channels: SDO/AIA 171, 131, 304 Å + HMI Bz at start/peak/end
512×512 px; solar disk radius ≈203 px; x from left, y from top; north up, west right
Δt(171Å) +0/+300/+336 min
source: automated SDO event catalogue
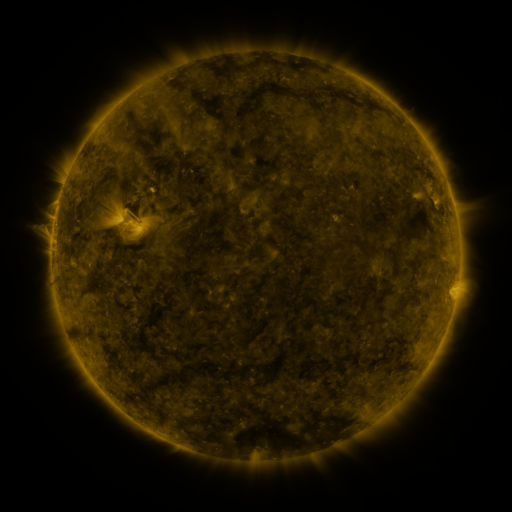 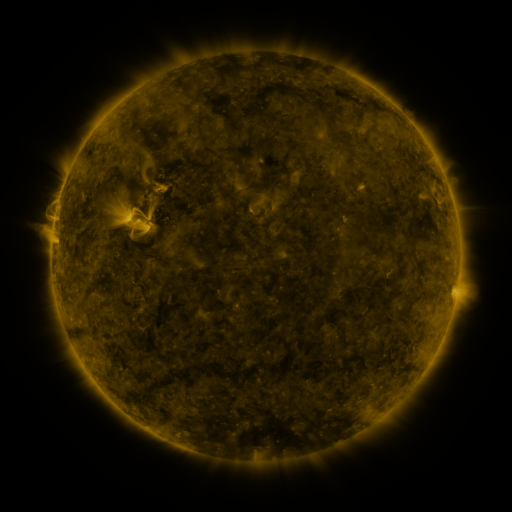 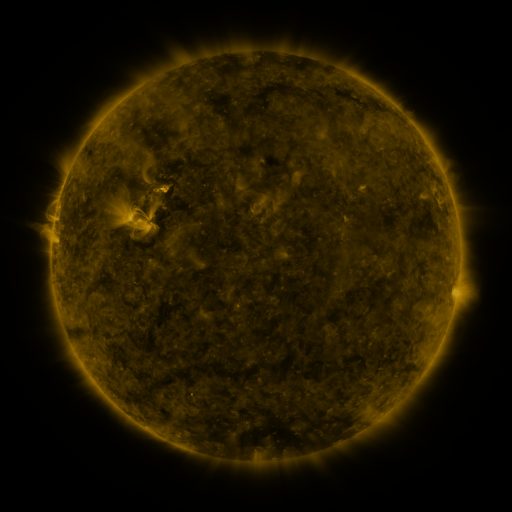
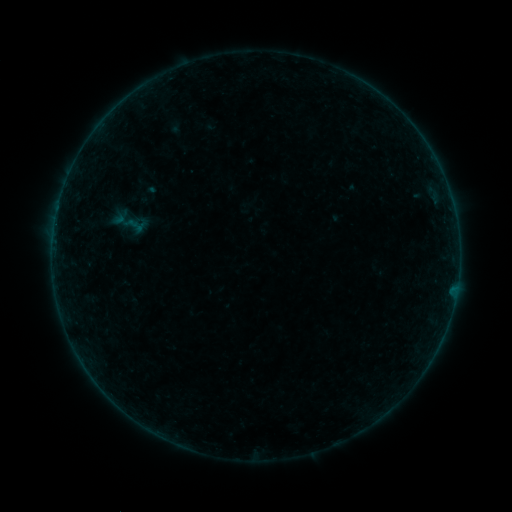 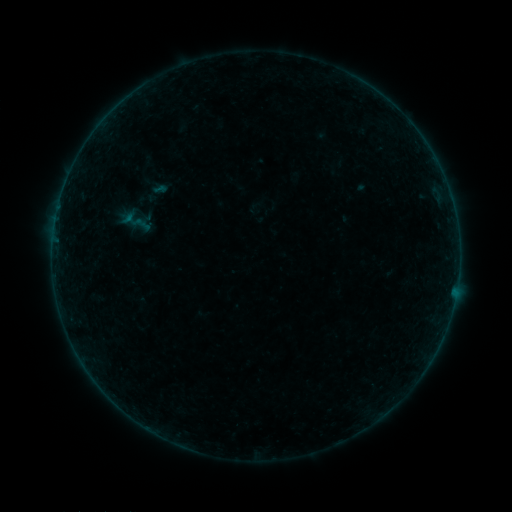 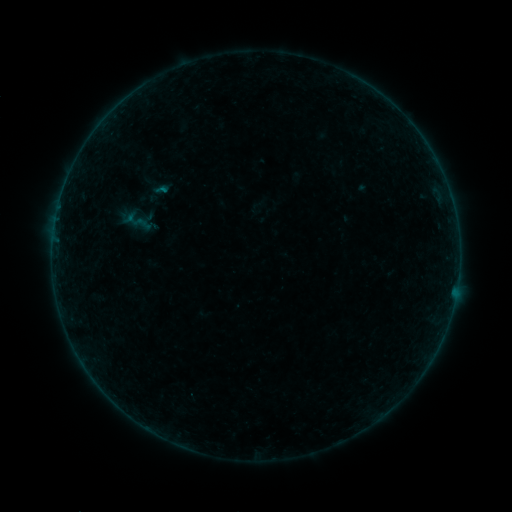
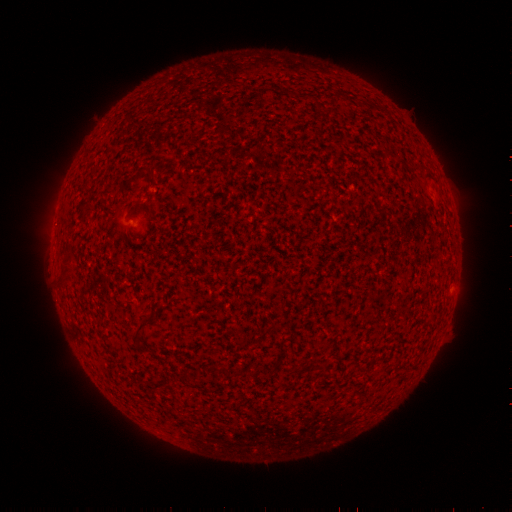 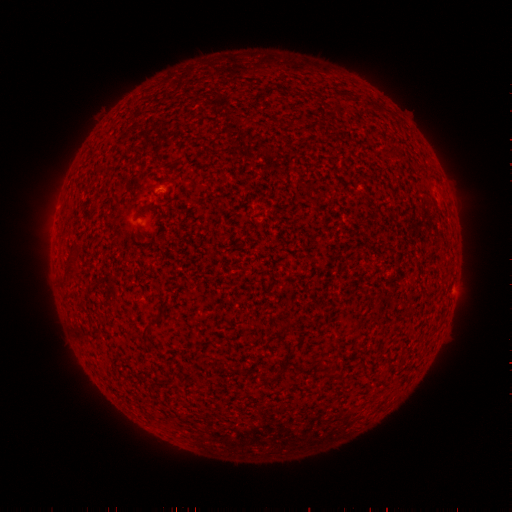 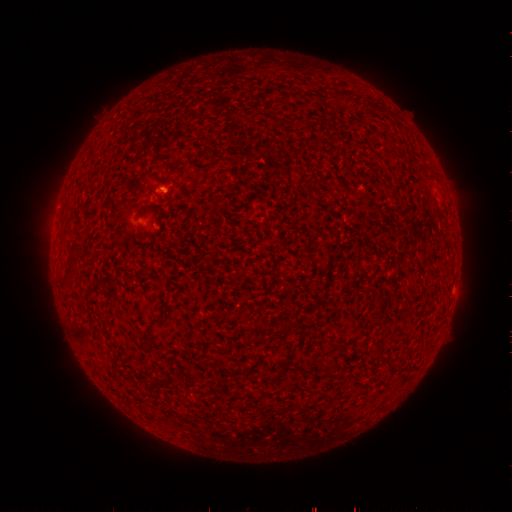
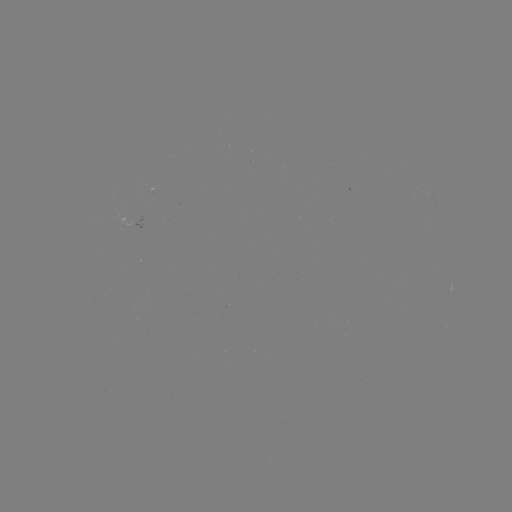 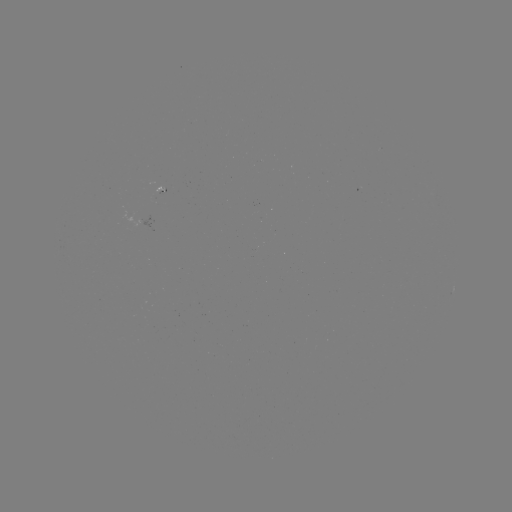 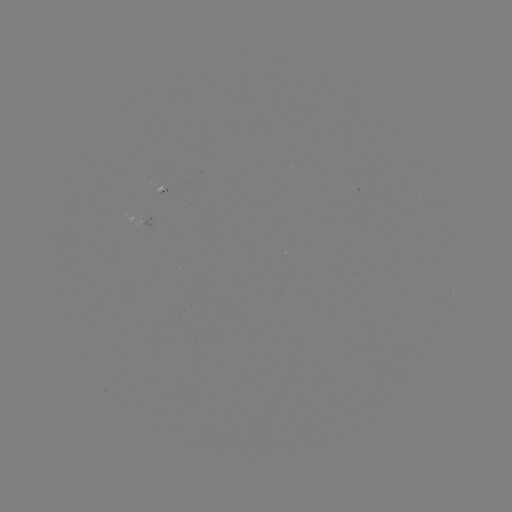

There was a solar emerging-flux region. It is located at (158, 194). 